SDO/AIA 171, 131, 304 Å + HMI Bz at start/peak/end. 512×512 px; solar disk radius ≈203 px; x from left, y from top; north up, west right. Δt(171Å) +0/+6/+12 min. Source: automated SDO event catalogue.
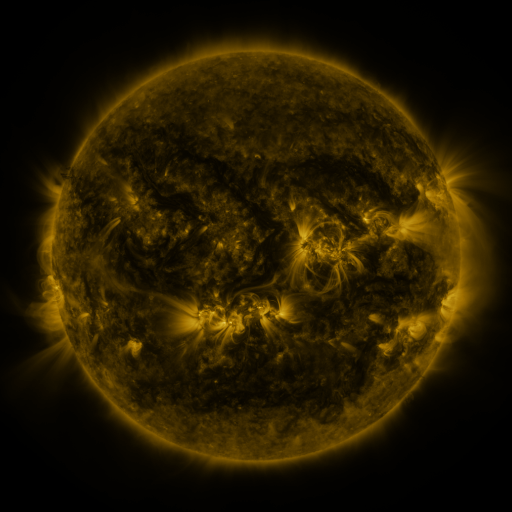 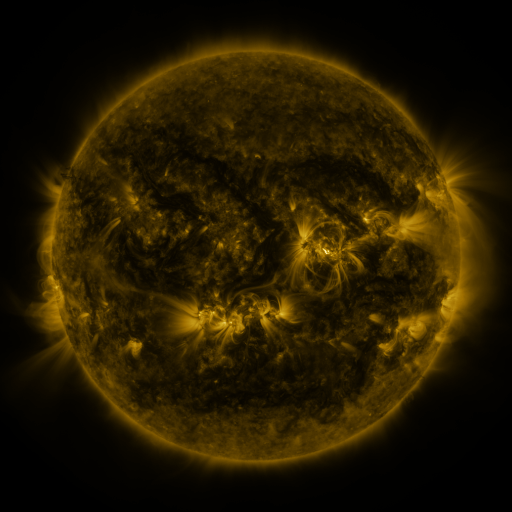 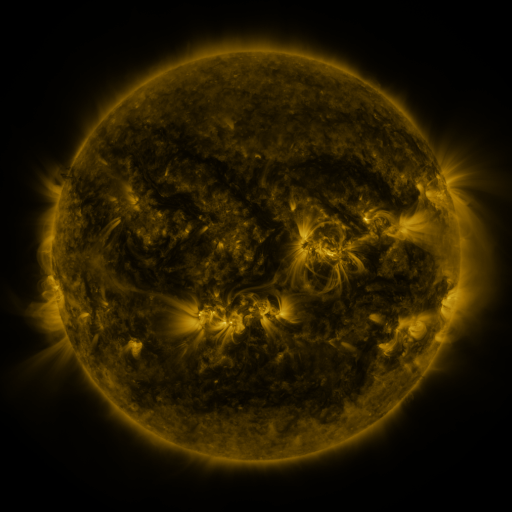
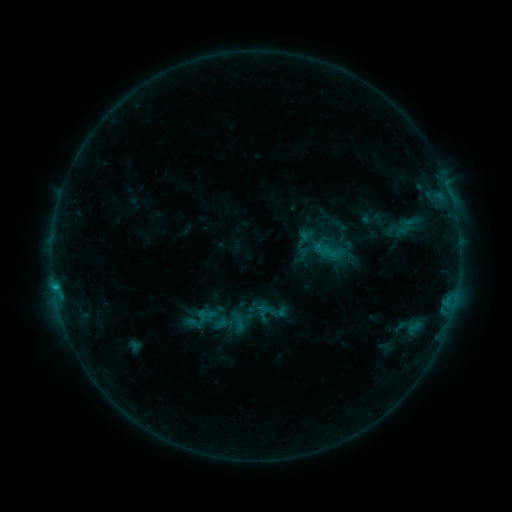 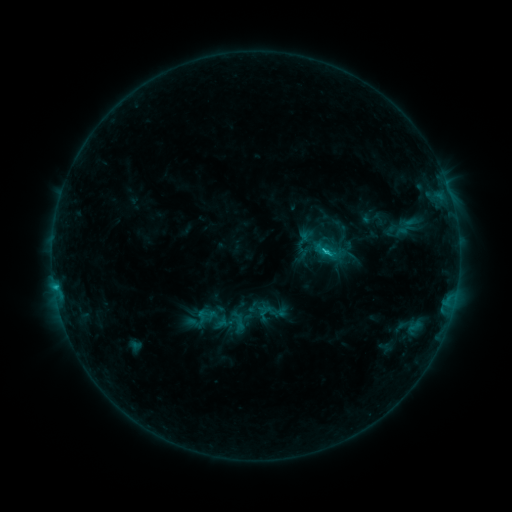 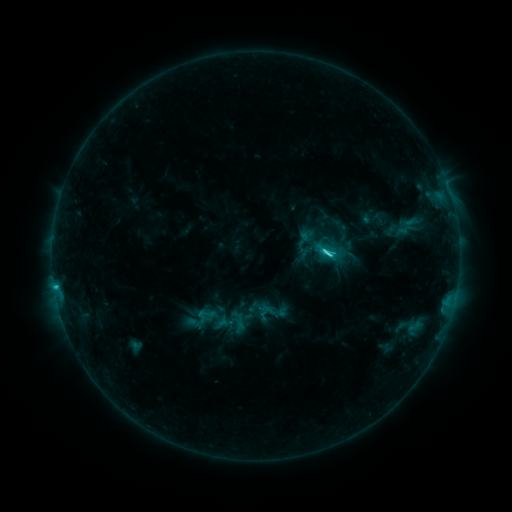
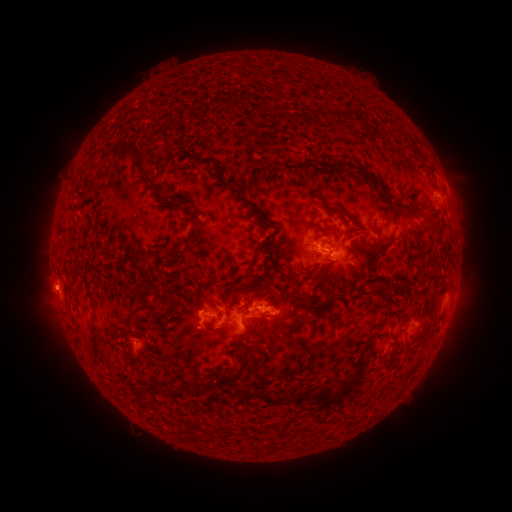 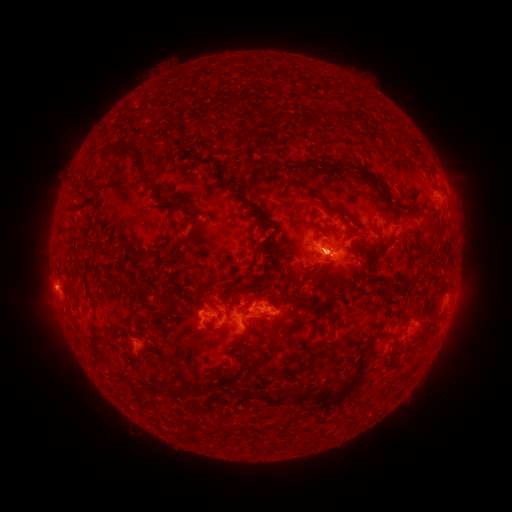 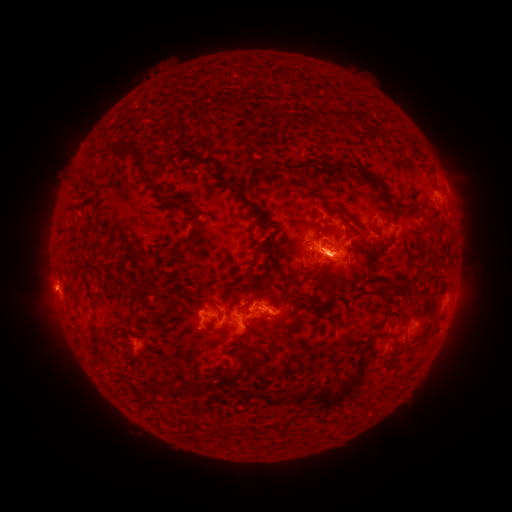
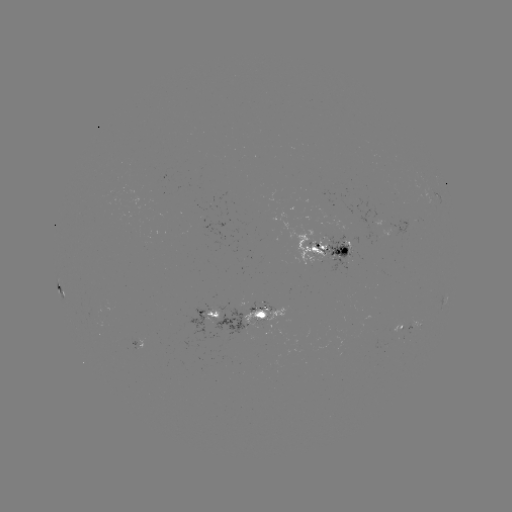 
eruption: [220, 216, 392, 311]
